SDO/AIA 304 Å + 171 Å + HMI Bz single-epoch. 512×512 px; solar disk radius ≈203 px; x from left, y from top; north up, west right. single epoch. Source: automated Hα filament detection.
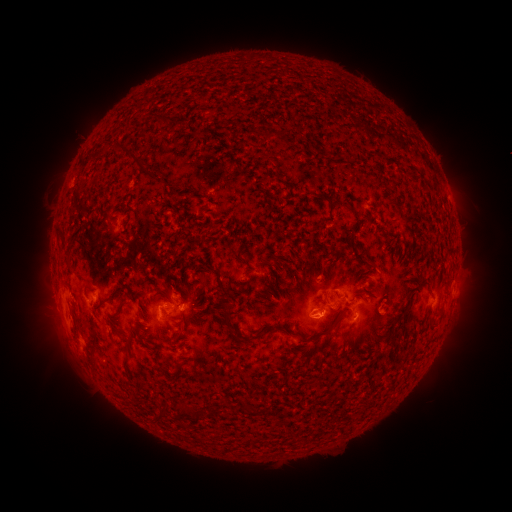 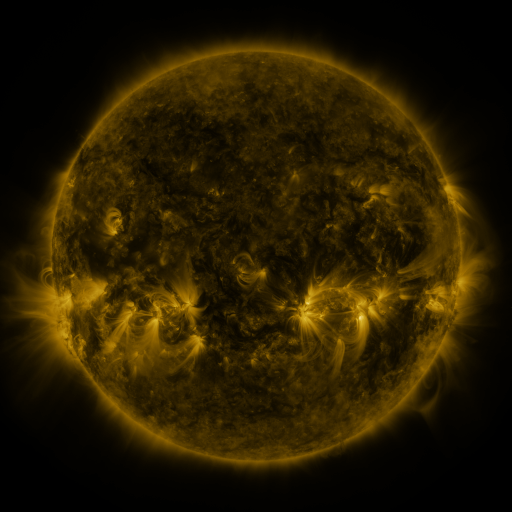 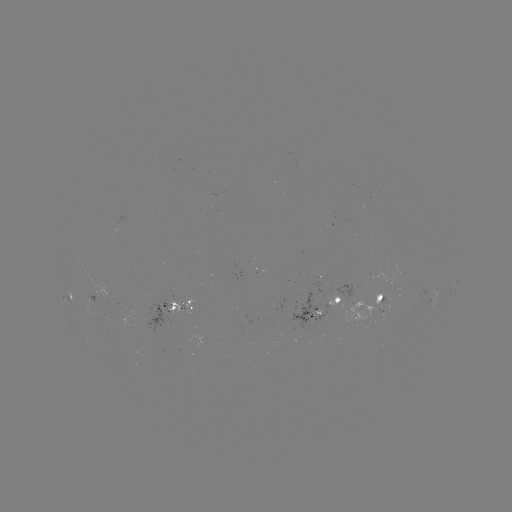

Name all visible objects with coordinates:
filament: (177, 119)
filament: (126, 147)
filament: (63, 235)
filament: (223, 293)
filament: (118, 309)
filament: (227, 313)
filament: (431, 322)
filament: (271, 329)
filament: (322, 334)
filament: (125, 358)
filament: (92, 359)
filament: (161, 409)
filament: (187, 411)
